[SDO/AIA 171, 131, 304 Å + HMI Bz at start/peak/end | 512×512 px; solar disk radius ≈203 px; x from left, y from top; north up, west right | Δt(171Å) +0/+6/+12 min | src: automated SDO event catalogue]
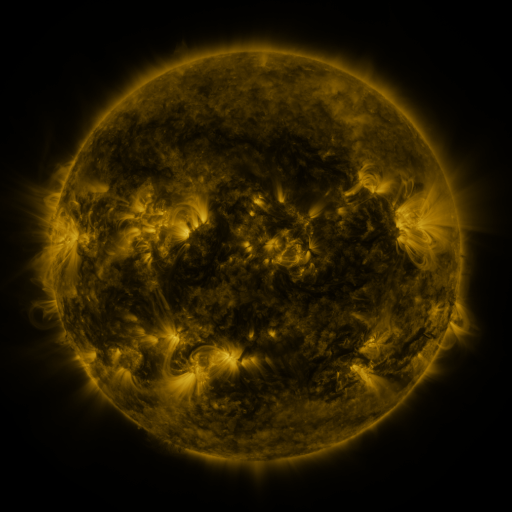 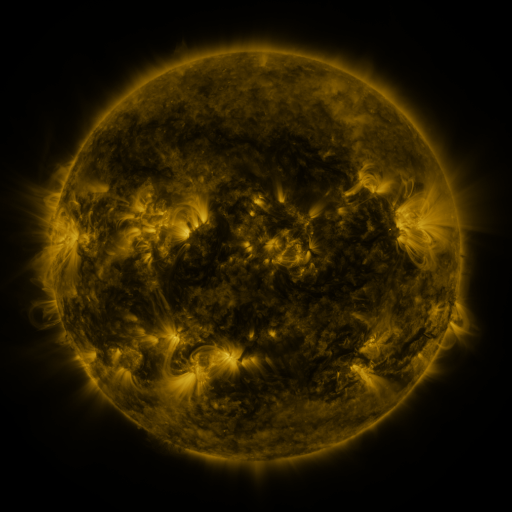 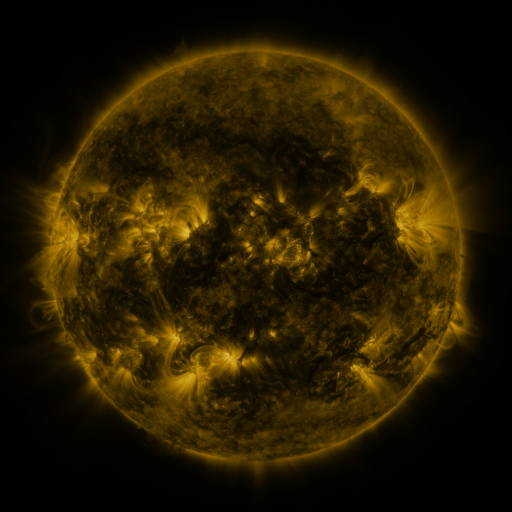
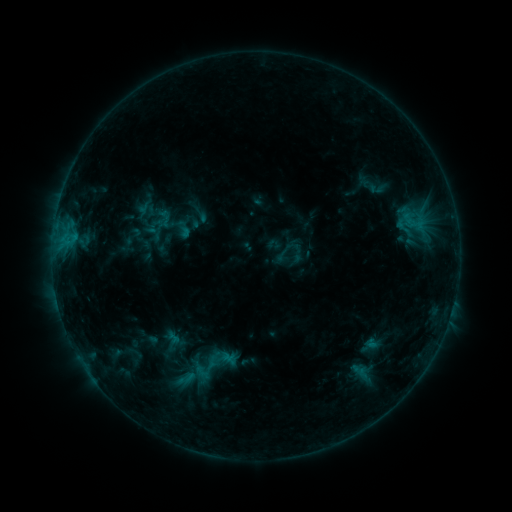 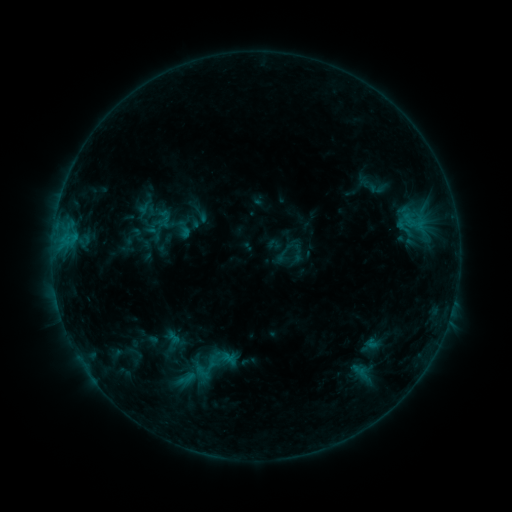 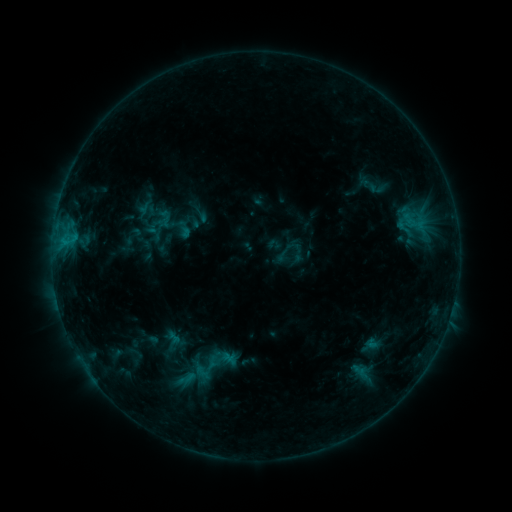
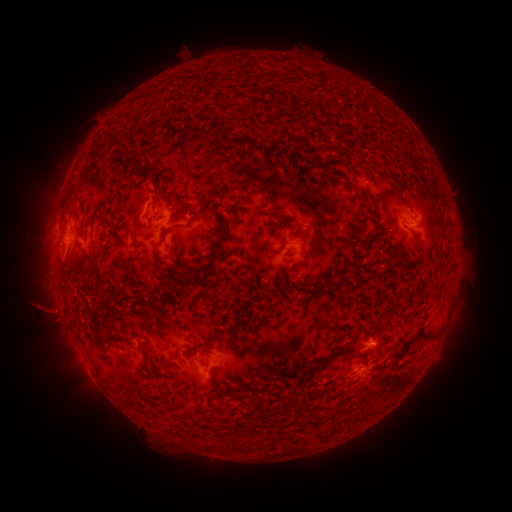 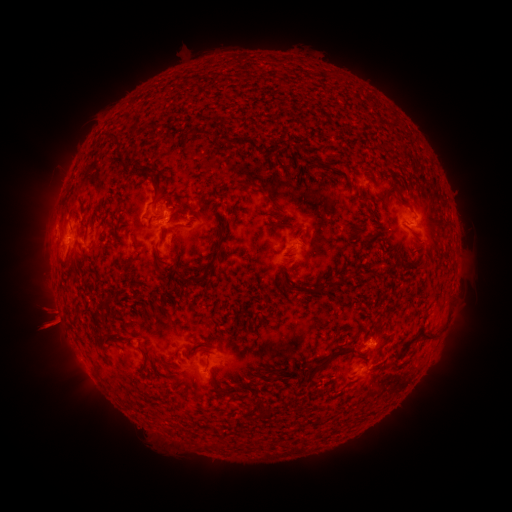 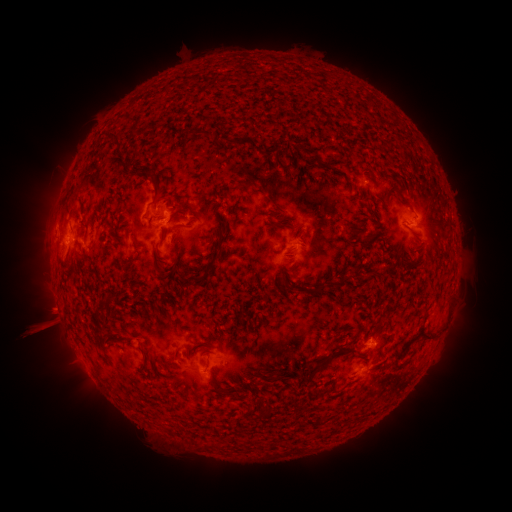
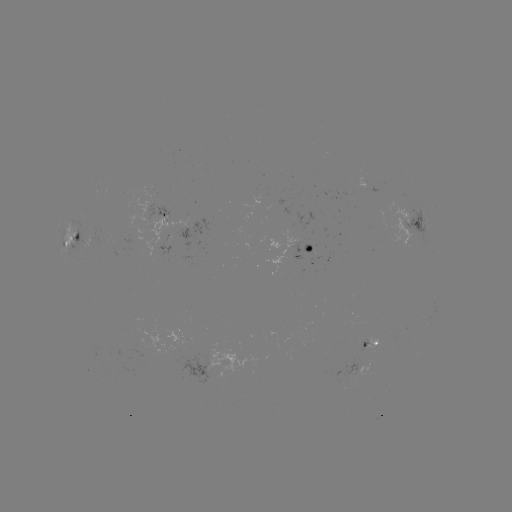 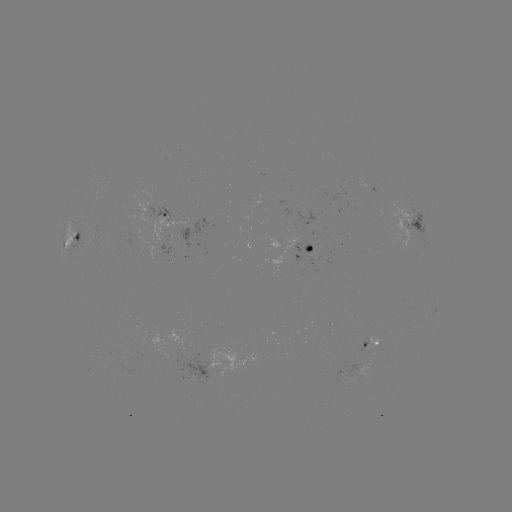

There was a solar eruption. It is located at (42, 314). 